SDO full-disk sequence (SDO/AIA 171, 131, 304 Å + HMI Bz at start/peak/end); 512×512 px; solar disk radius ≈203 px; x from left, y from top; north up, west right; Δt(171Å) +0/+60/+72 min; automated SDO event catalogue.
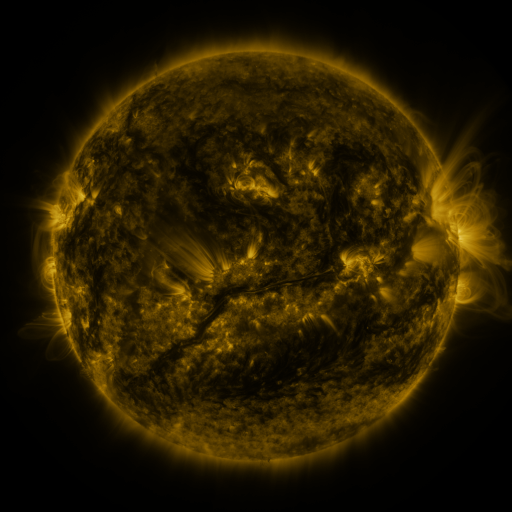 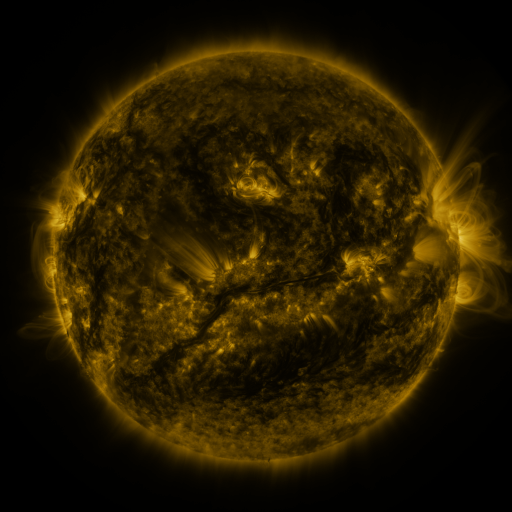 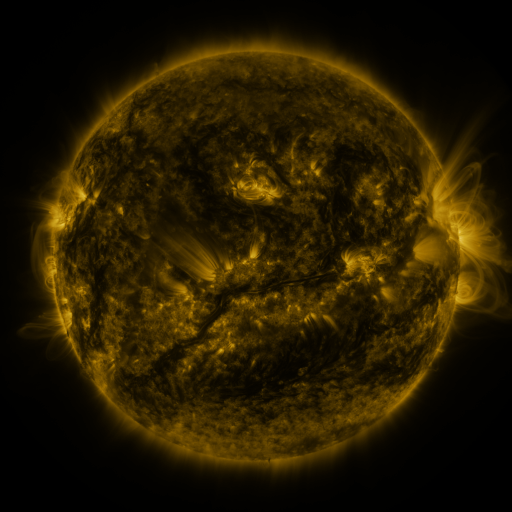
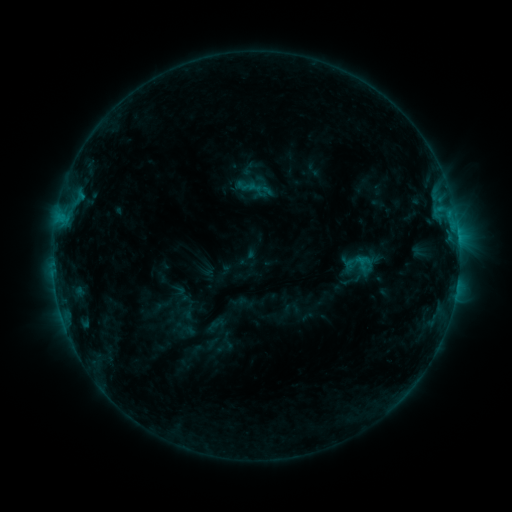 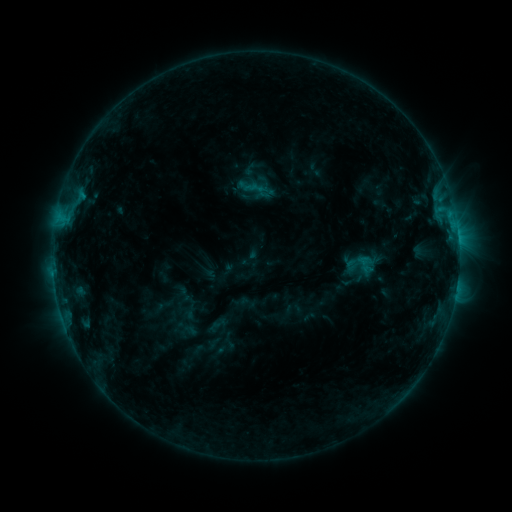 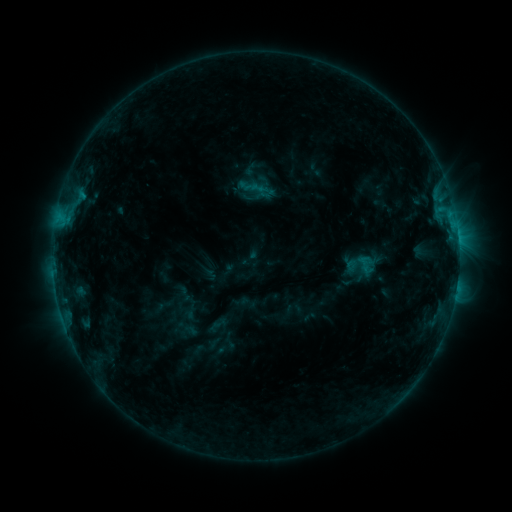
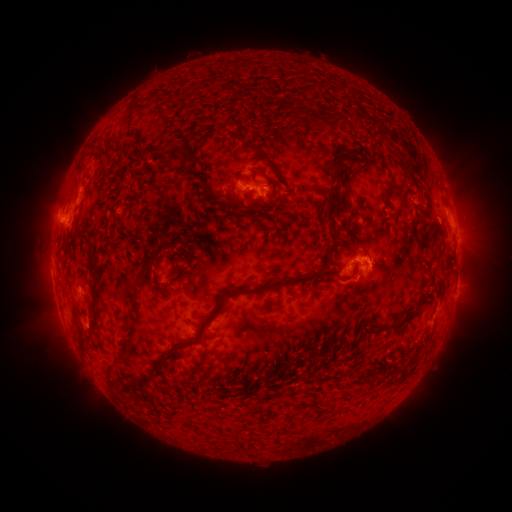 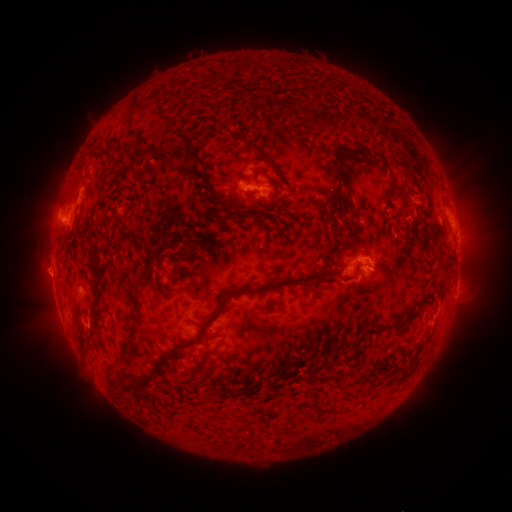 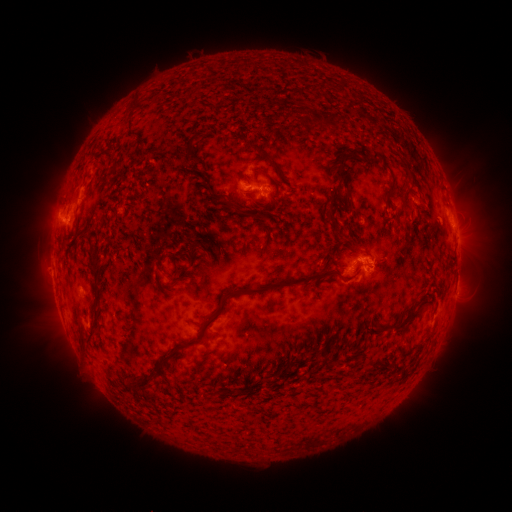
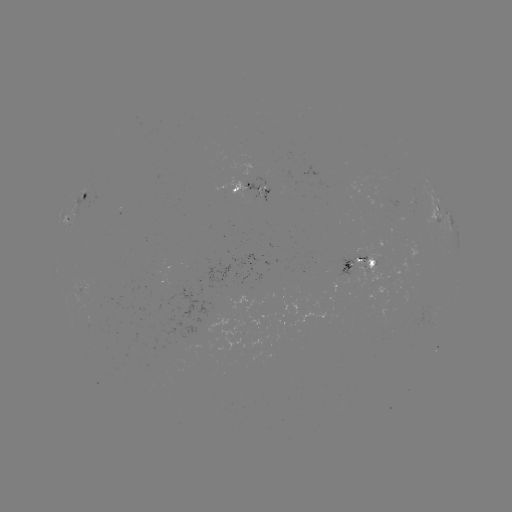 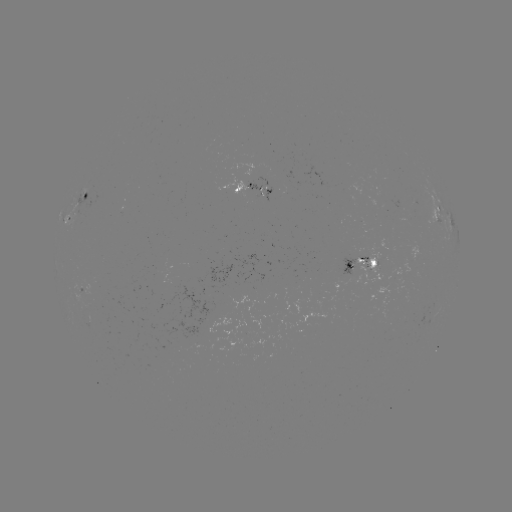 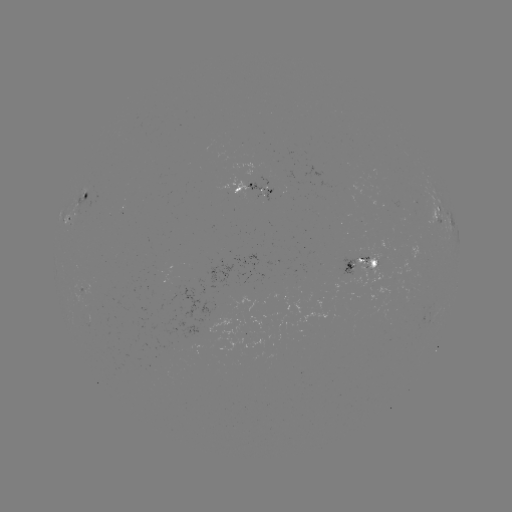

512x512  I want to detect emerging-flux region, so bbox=[357, 253, 369, 264].